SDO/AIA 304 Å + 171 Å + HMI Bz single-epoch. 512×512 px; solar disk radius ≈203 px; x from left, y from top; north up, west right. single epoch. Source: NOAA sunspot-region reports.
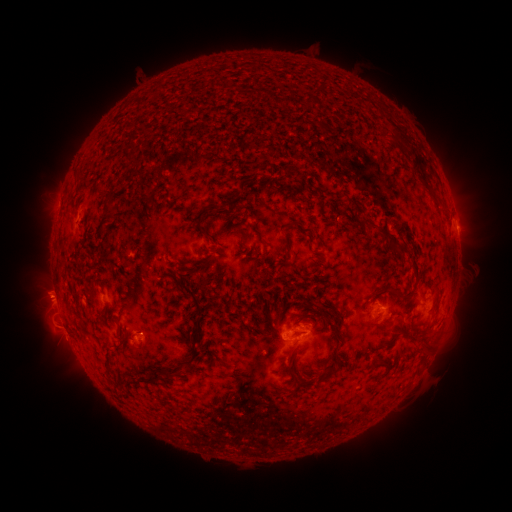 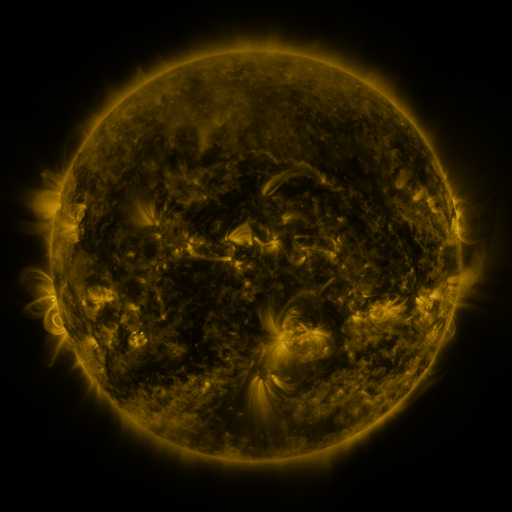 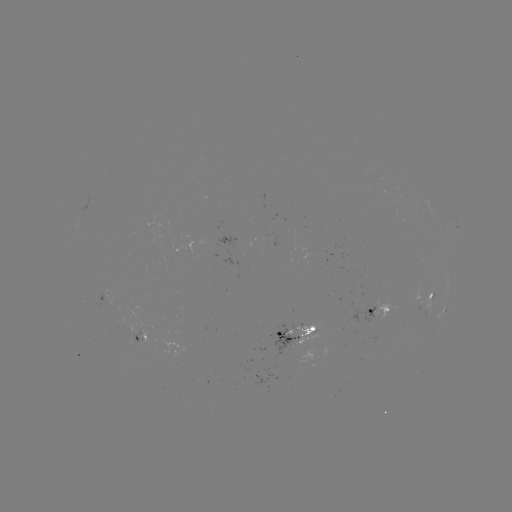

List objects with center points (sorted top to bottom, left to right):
spotted active region: (456, 224)
spotted active region: (434, 295)
spotted active region: (445, 308)
spotted active region: (379, 310)
spotted active region: (296, 335)
spotted active region: (142, 338)
